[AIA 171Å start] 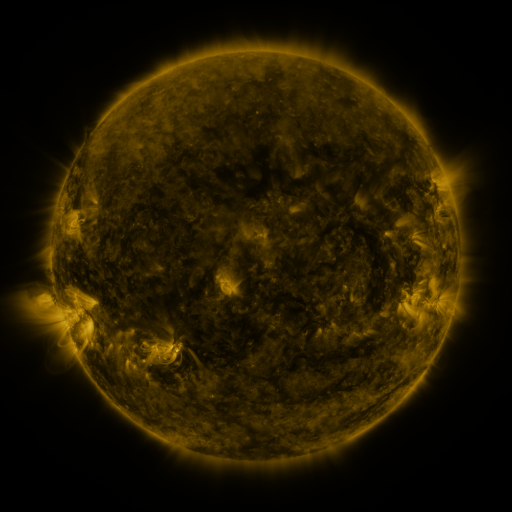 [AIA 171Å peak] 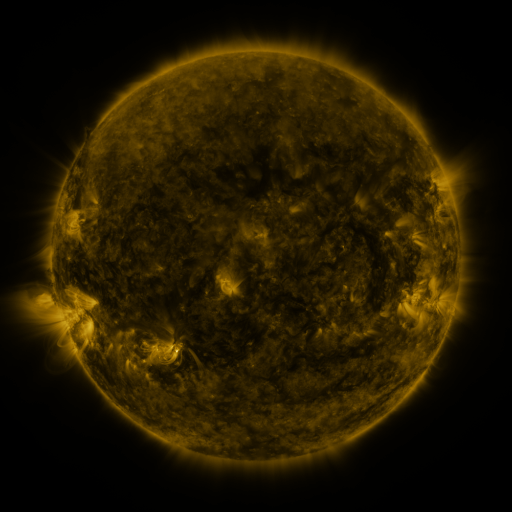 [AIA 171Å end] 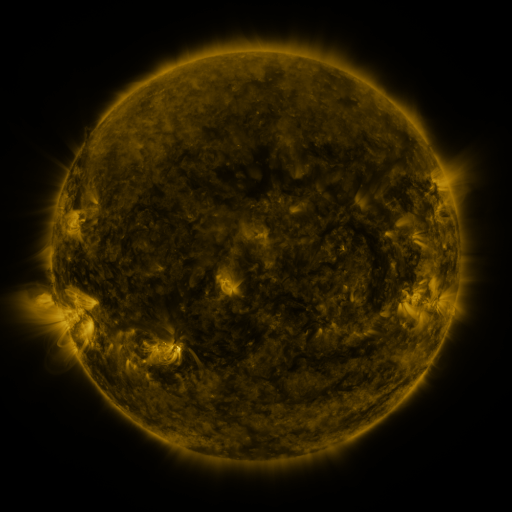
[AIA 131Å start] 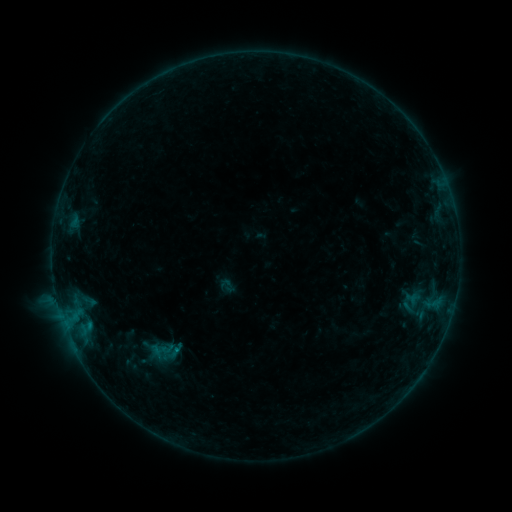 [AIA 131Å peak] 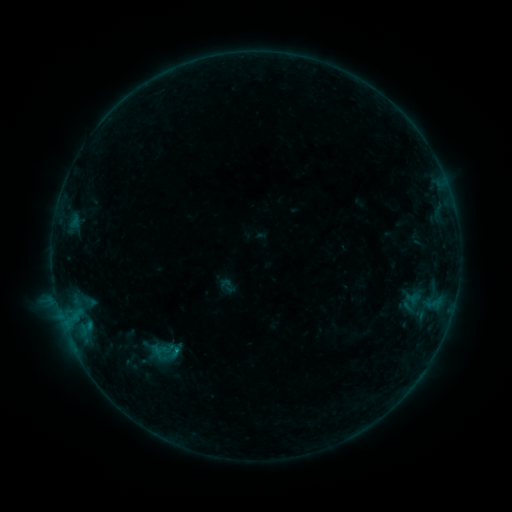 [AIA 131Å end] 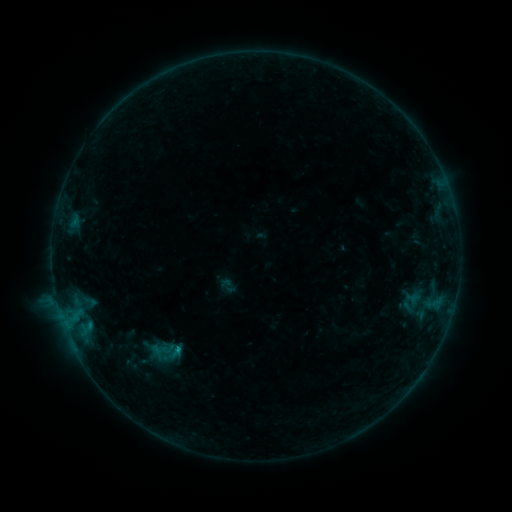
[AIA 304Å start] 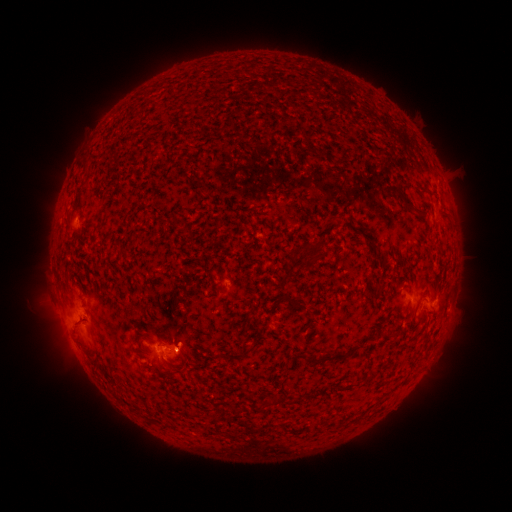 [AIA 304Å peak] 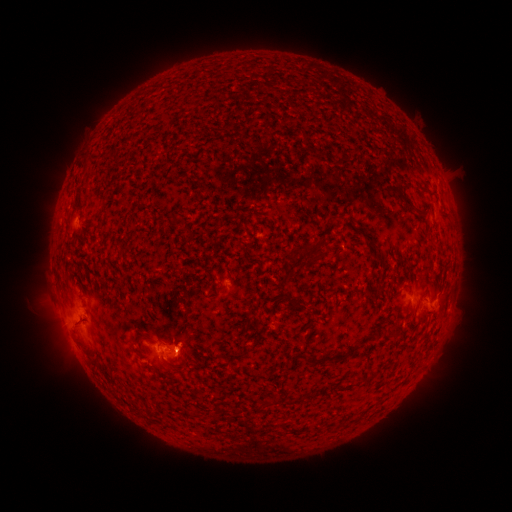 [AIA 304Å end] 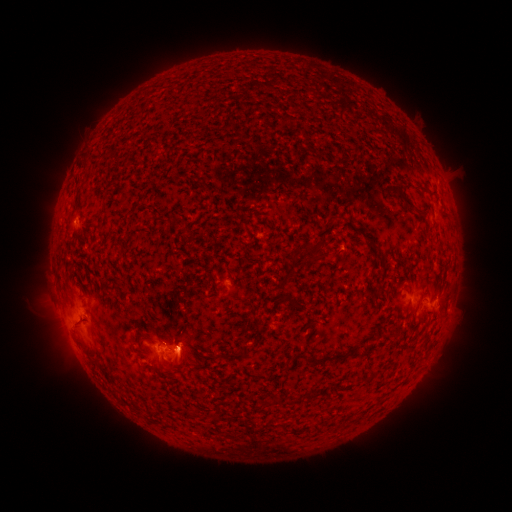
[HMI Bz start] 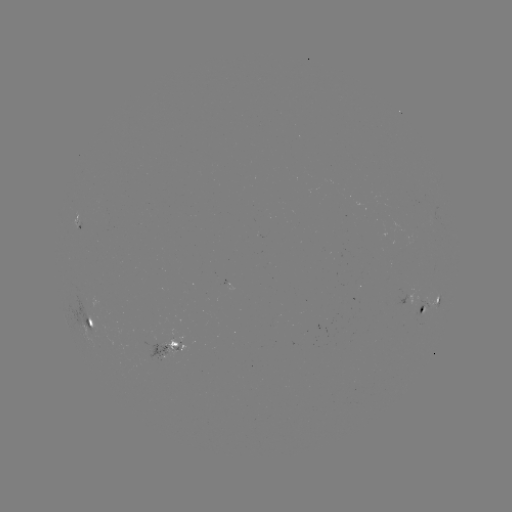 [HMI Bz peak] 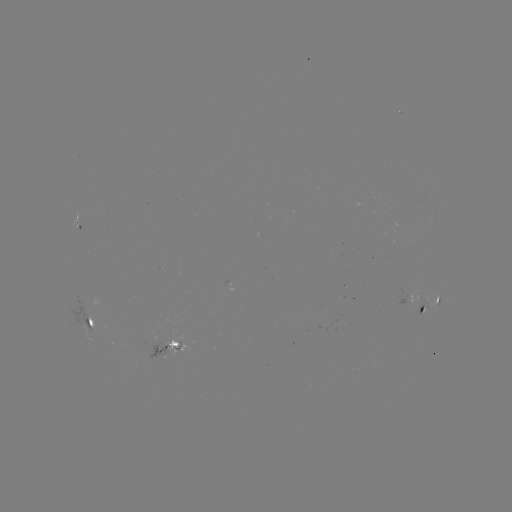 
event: flare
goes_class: B8.7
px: (181, 350)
